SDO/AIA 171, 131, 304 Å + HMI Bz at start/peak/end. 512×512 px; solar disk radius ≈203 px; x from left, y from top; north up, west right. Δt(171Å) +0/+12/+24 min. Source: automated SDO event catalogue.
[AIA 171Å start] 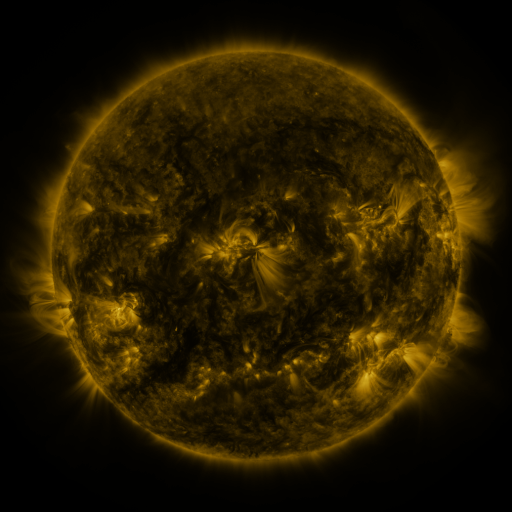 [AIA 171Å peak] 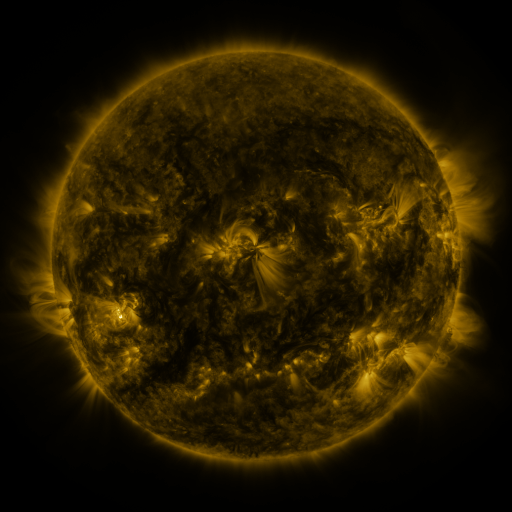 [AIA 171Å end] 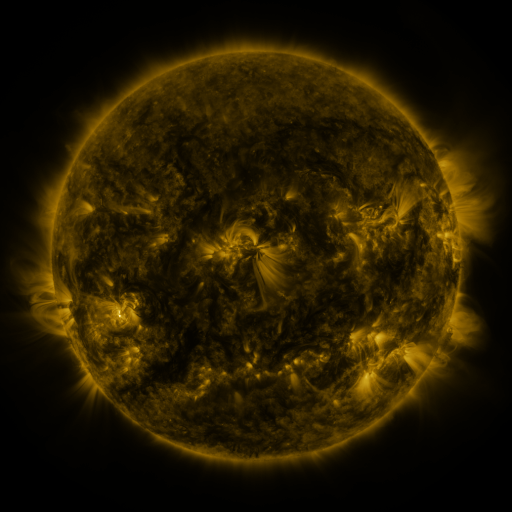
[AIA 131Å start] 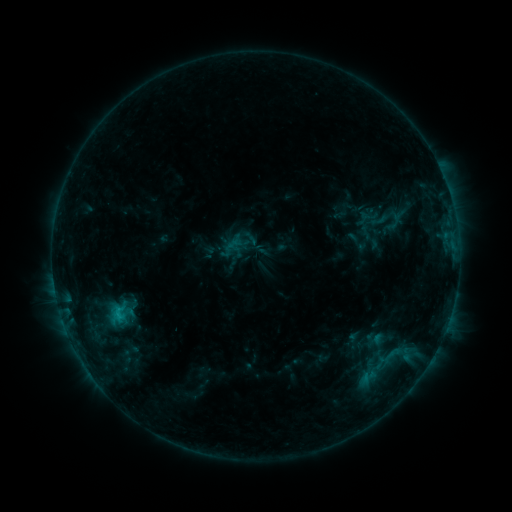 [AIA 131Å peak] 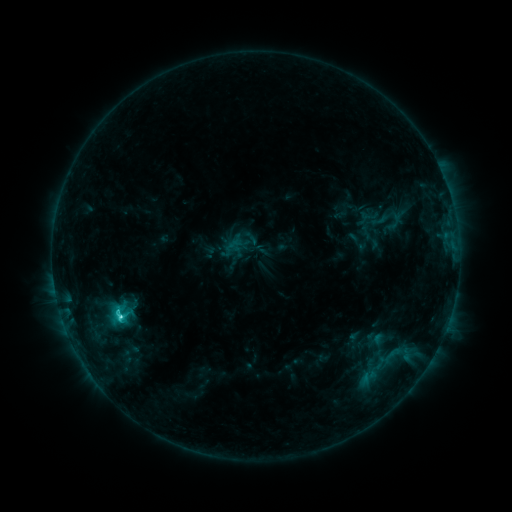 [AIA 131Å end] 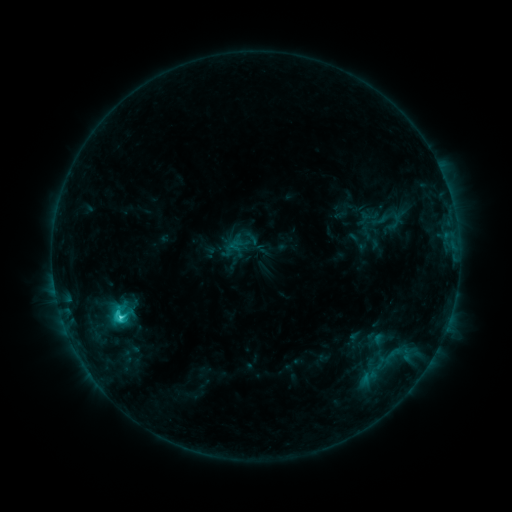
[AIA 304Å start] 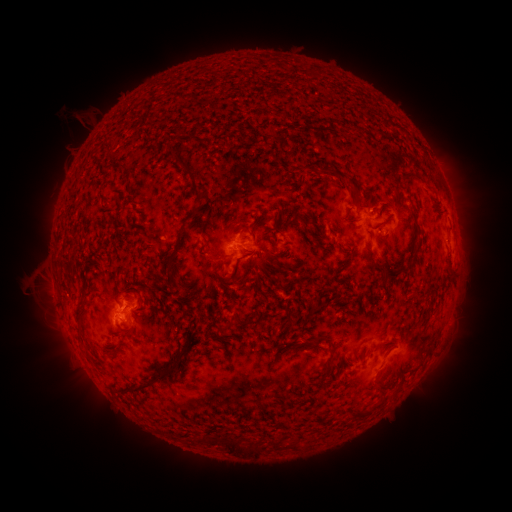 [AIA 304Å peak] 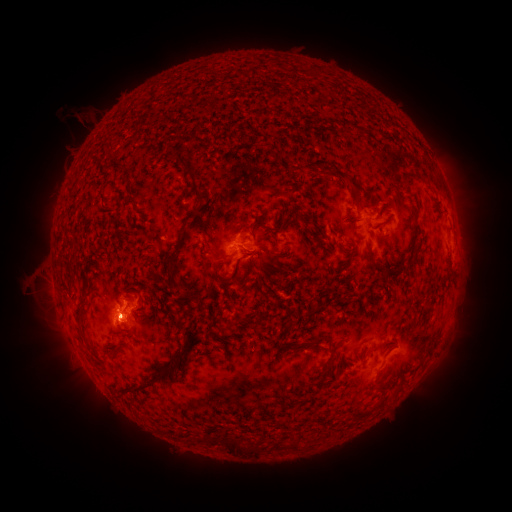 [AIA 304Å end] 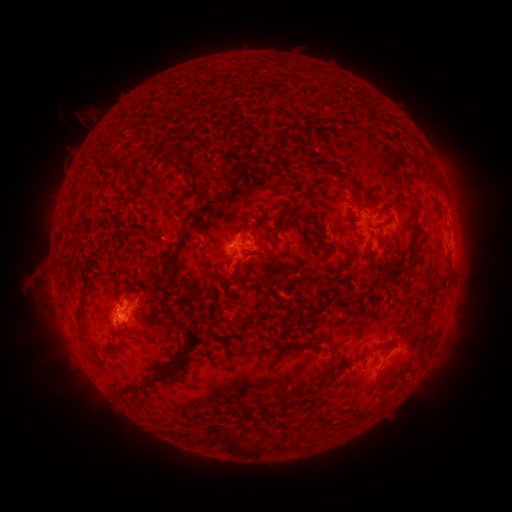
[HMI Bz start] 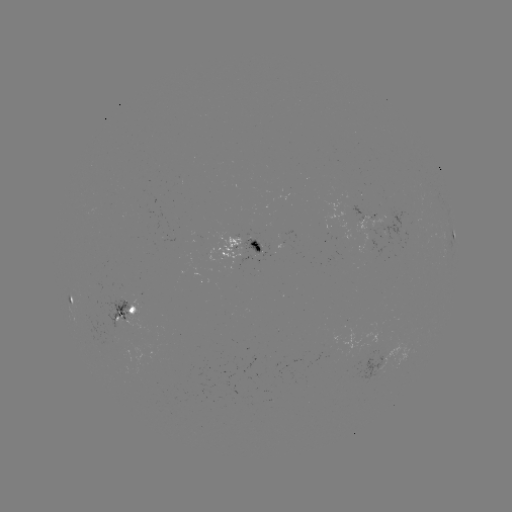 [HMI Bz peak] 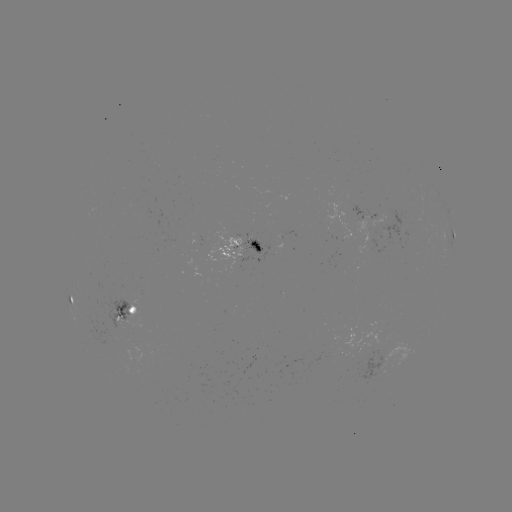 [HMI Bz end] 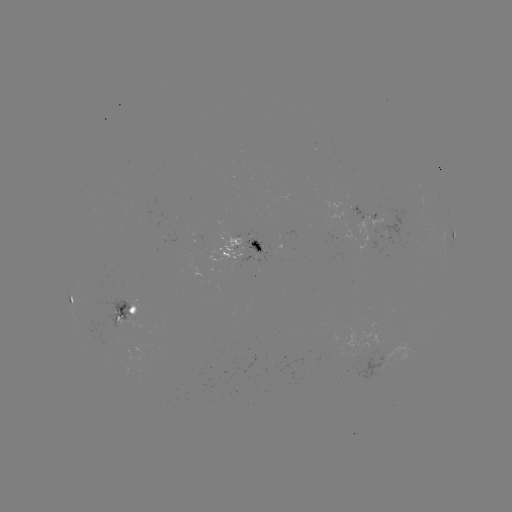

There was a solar flare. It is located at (120, 314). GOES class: C4.2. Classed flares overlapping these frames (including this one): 1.